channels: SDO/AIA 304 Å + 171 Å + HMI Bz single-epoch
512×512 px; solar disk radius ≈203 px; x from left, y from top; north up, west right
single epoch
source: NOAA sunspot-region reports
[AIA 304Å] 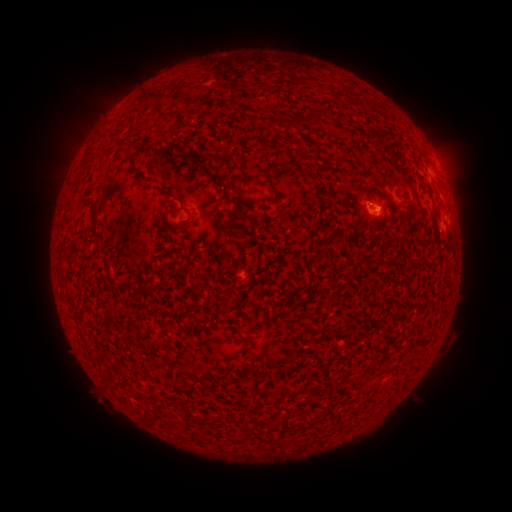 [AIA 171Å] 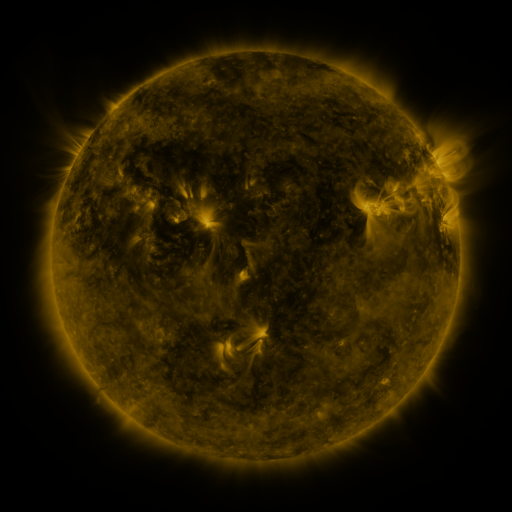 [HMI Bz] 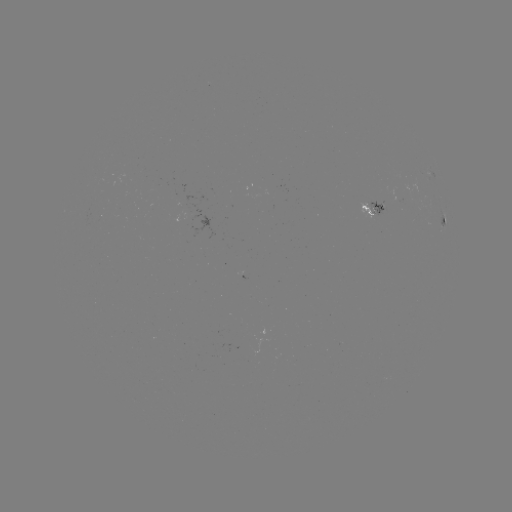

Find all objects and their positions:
spotted active region: (433, 173)
spotted active region: (370, 213)
spotted active region: (443, 222)
